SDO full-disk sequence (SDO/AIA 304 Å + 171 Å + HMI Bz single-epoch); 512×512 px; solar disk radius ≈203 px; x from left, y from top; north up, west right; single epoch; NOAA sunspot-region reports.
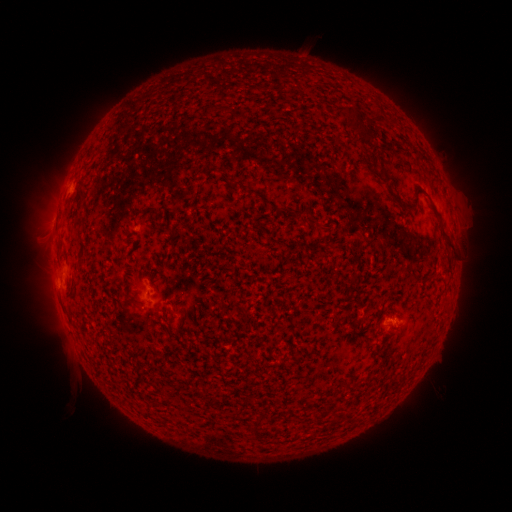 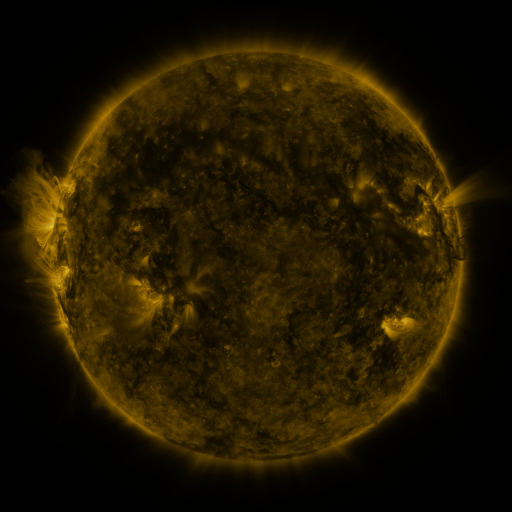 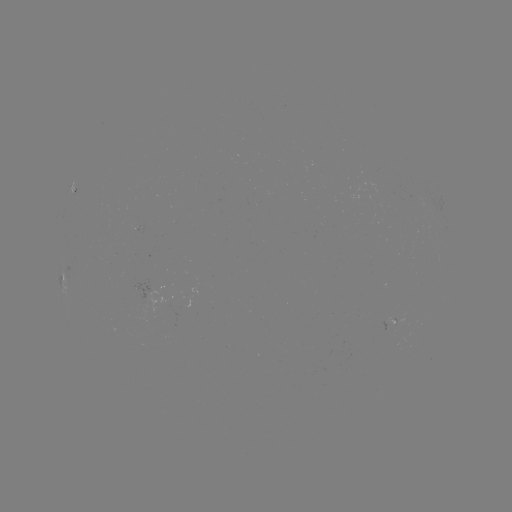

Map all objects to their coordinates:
spotted active region: (61, 277)
spotted active region: (394, 320)
